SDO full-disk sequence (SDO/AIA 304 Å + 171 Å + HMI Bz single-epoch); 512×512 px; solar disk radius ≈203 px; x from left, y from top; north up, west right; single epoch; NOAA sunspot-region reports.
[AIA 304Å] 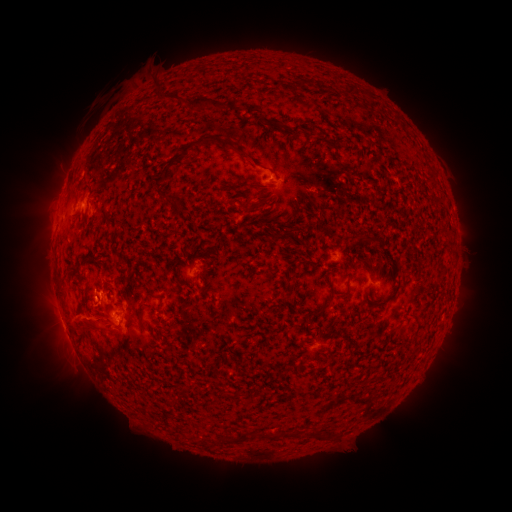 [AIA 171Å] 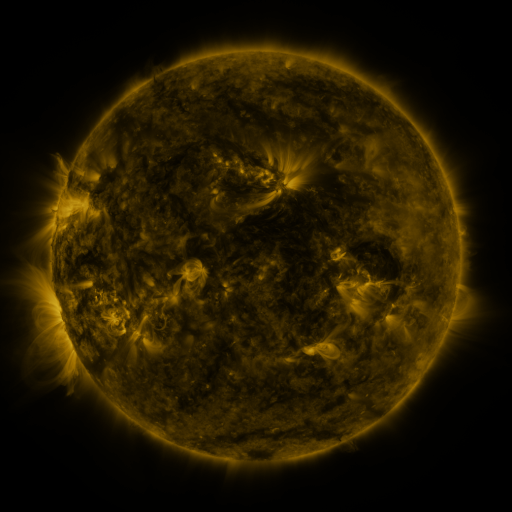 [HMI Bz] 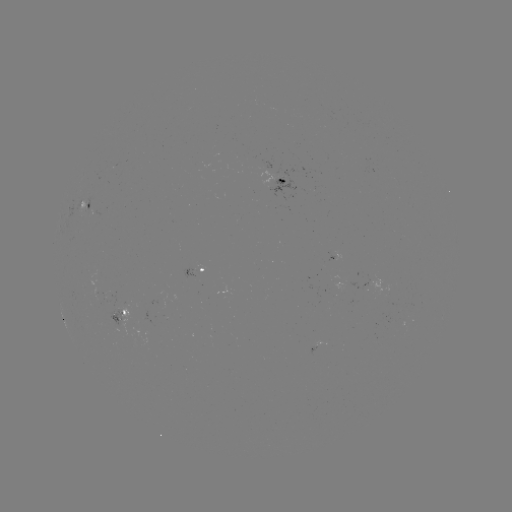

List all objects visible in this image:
spotted active region: (283, 180)
spotted active region: (86, 205)
spotted active region: (194, 272)
spotted active region: (113, 317)
spotted active region: (317, 347)
